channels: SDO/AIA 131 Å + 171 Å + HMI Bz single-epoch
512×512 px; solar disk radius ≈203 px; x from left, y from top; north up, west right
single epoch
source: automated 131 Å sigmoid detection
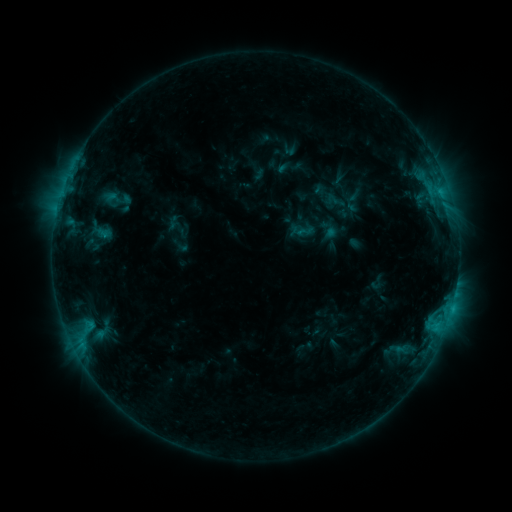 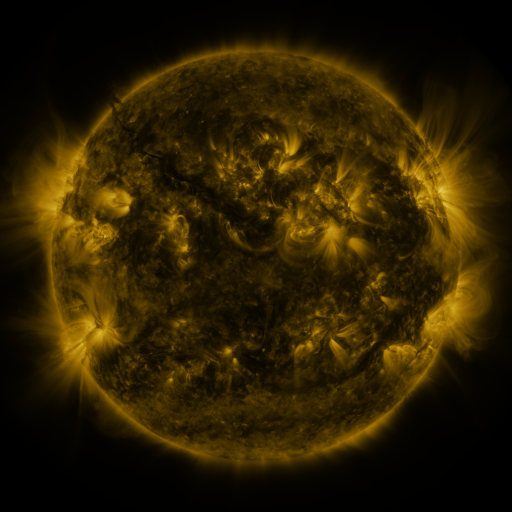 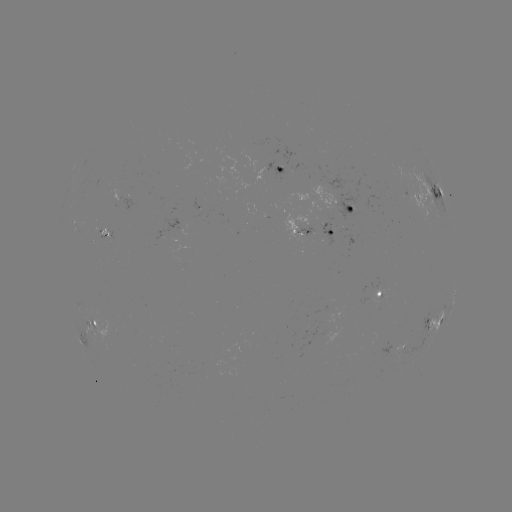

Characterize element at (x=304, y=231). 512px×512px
sigmoid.